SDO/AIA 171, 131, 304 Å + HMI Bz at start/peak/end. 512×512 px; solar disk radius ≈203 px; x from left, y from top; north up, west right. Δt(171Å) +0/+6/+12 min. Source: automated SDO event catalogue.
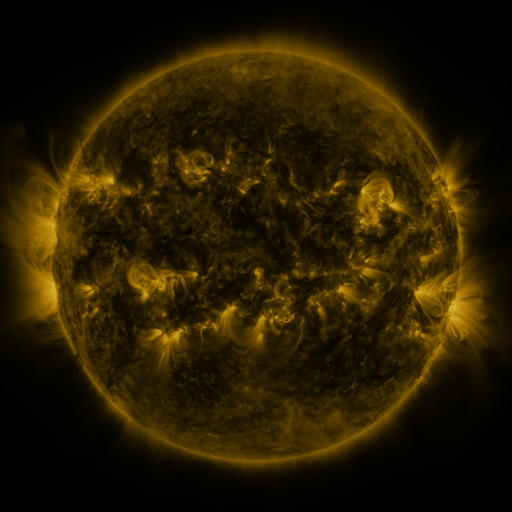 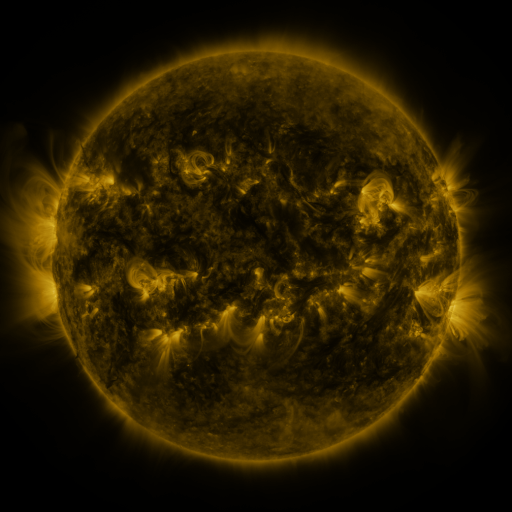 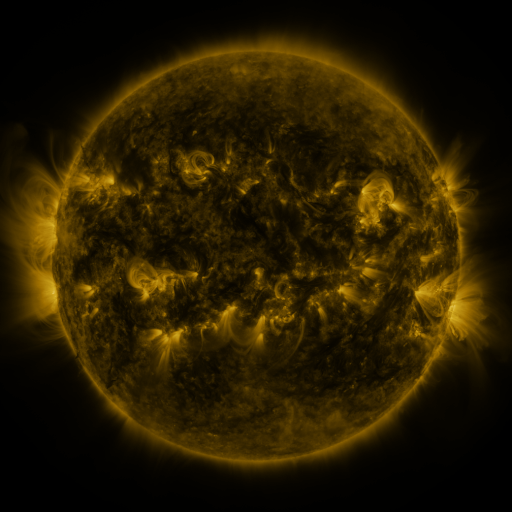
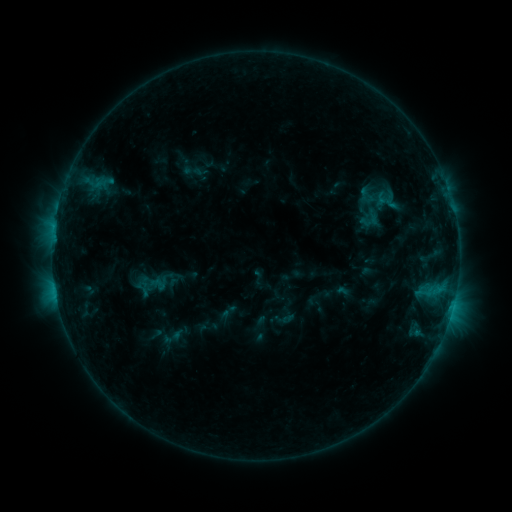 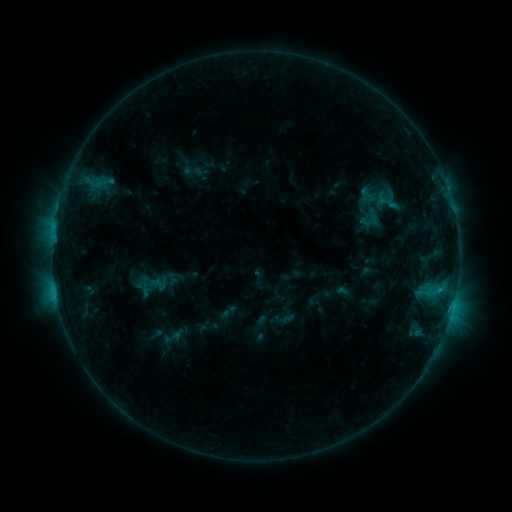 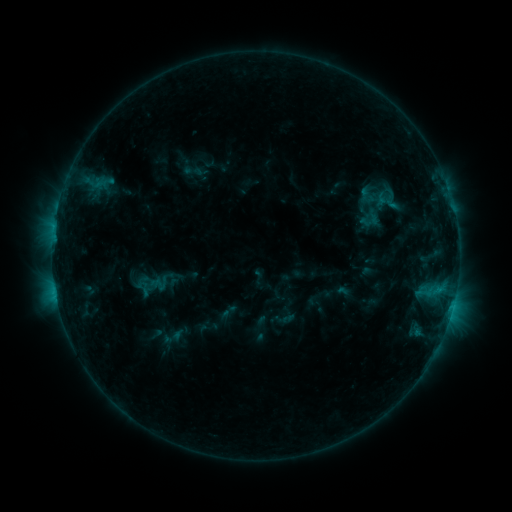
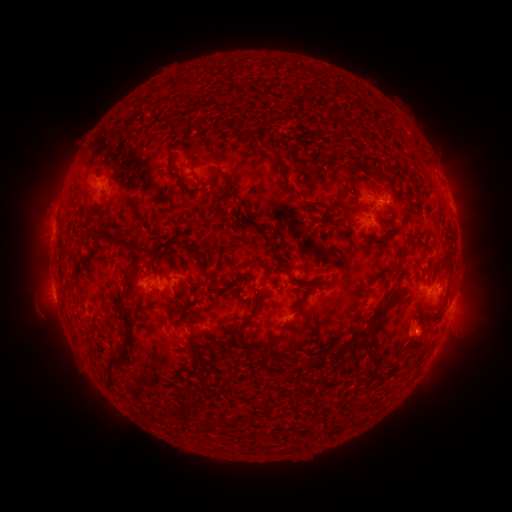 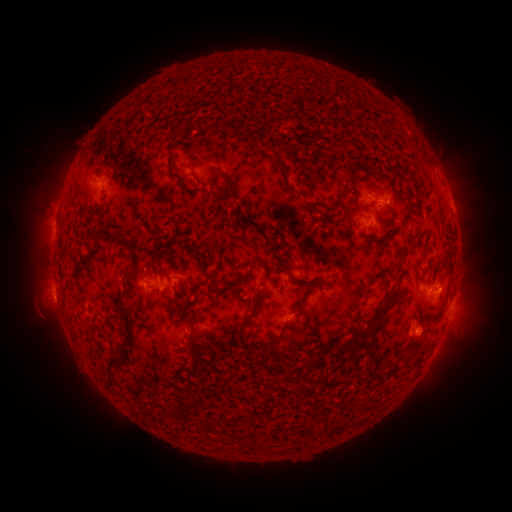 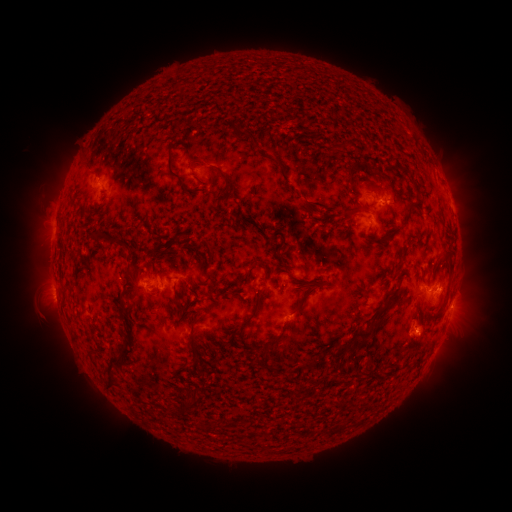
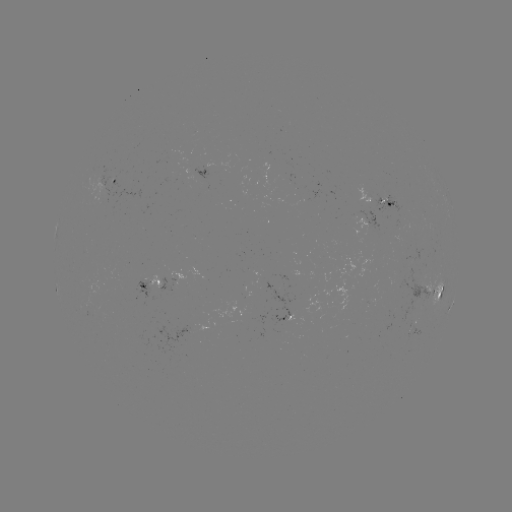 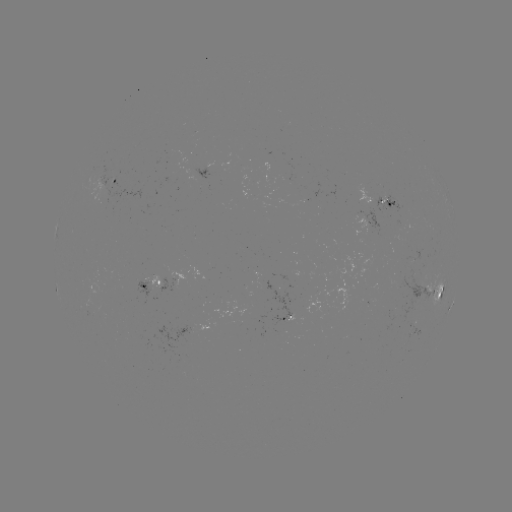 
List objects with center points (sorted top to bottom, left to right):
C1.0 flare: (439, 289)
